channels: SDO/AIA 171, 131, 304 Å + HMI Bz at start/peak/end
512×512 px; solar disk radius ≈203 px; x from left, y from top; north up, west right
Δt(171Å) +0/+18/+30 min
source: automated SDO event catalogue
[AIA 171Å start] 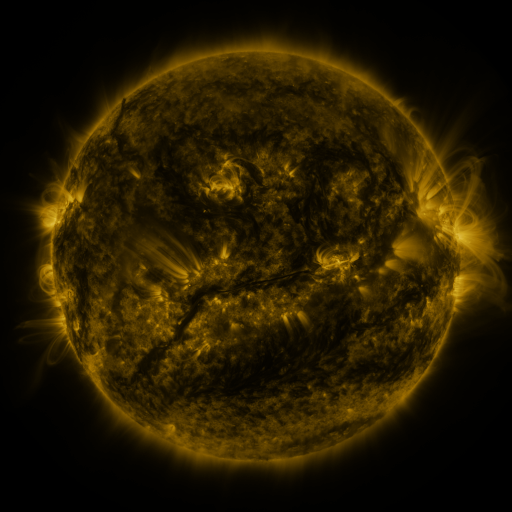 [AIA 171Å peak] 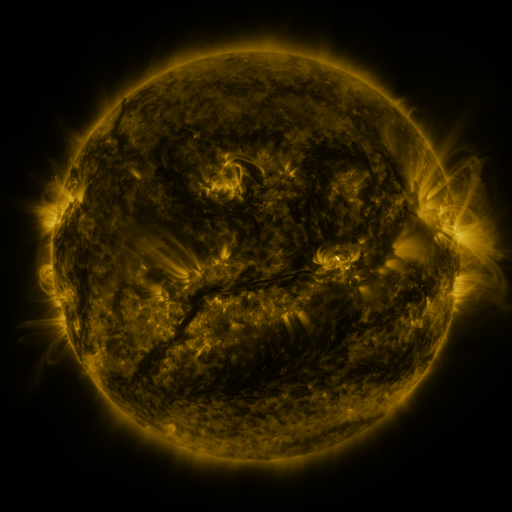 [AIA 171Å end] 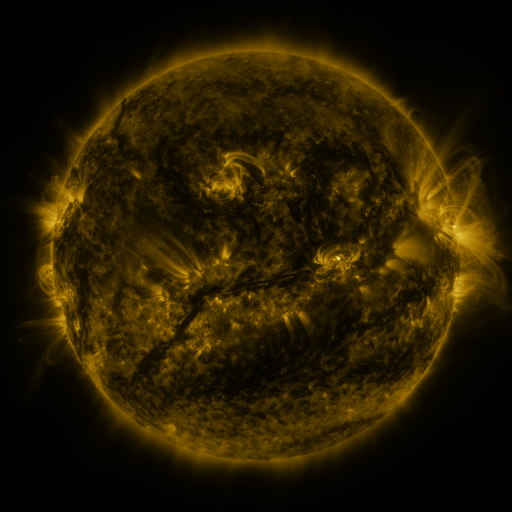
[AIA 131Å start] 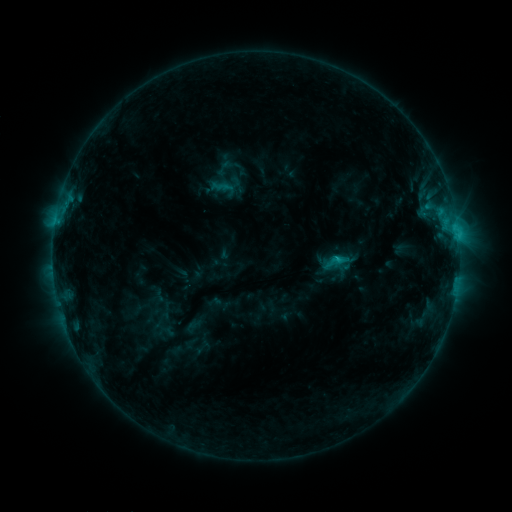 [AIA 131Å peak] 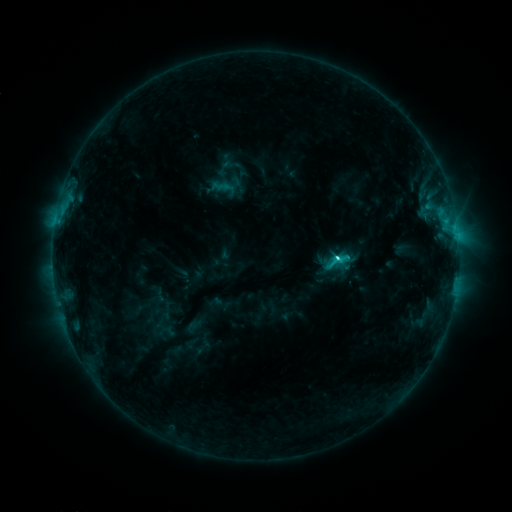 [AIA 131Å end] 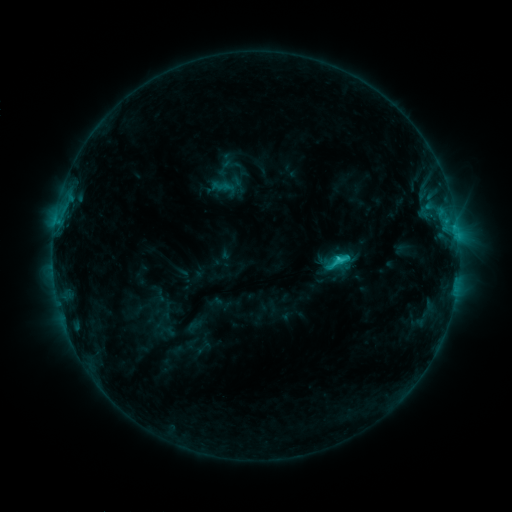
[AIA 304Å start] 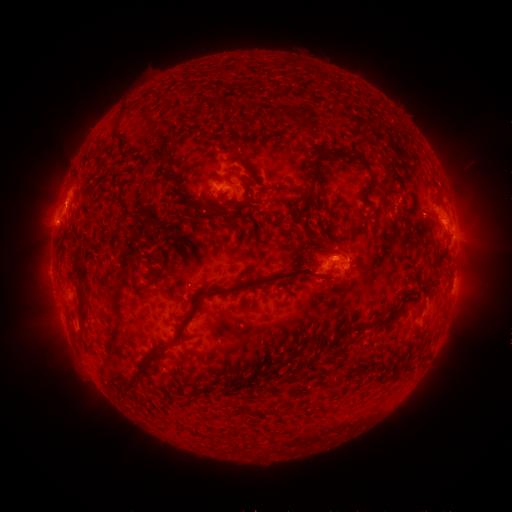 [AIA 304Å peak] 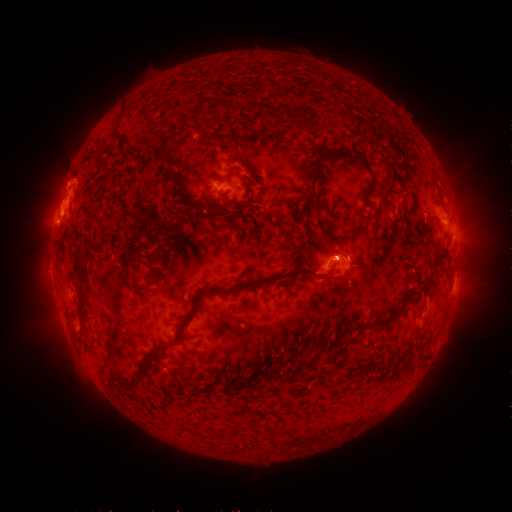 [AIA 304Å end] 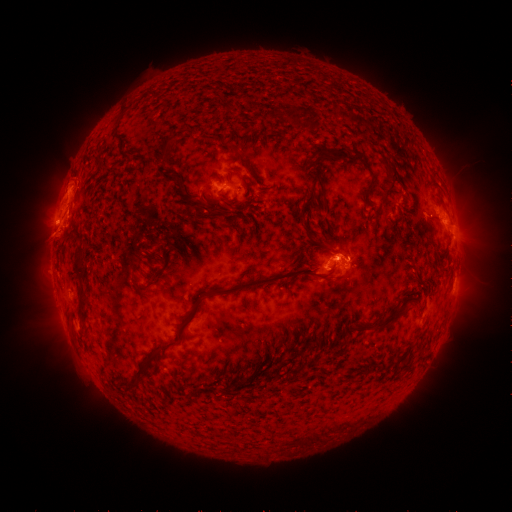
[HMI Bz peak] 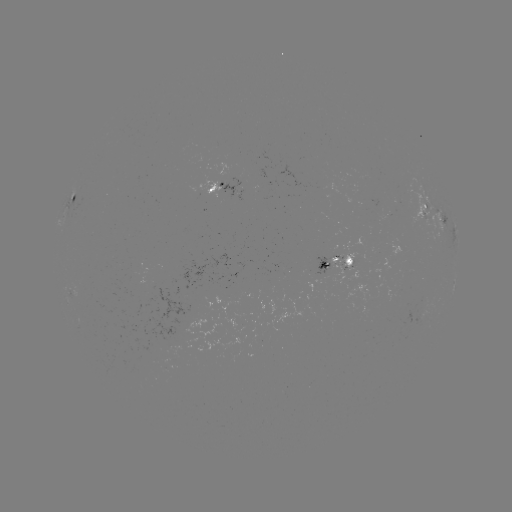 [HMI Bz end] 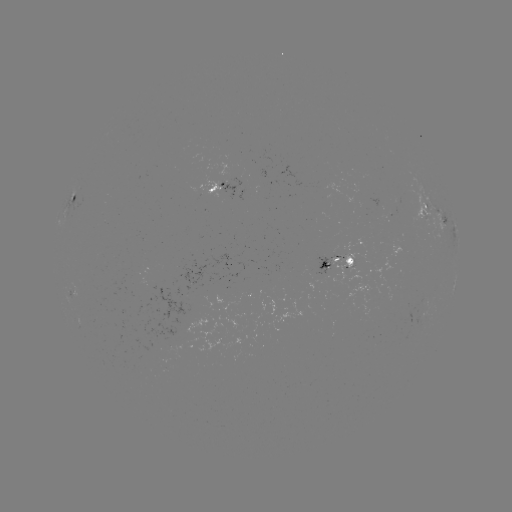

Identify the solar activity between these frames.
eruption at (63, 197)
